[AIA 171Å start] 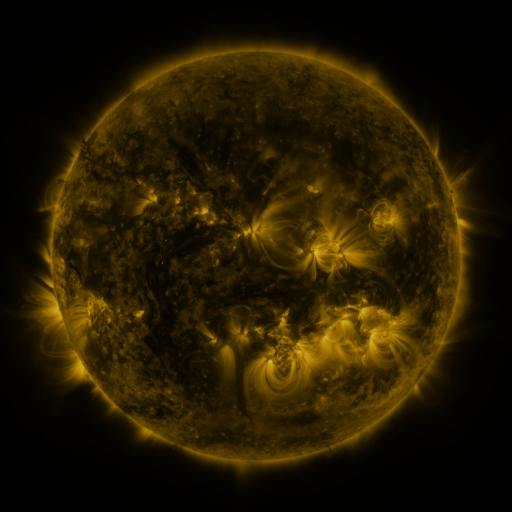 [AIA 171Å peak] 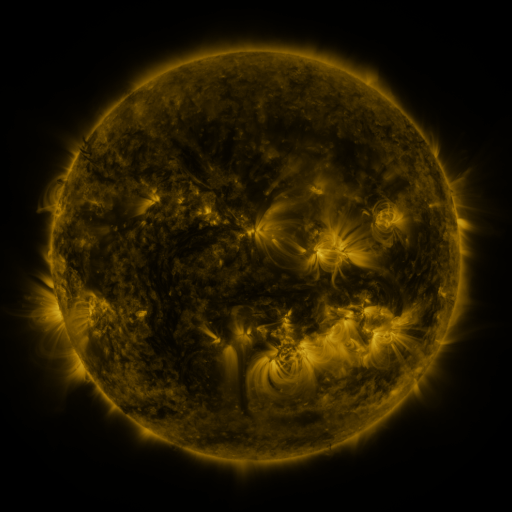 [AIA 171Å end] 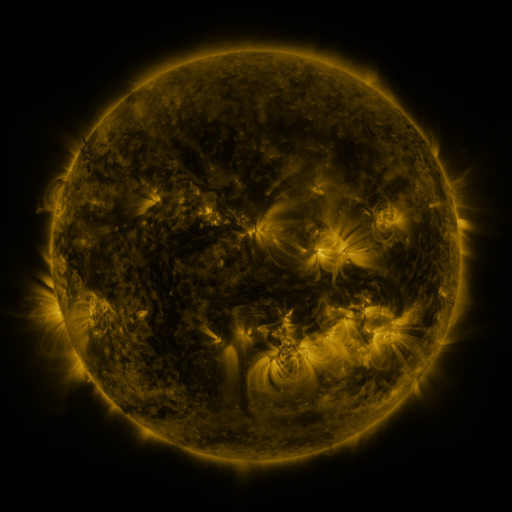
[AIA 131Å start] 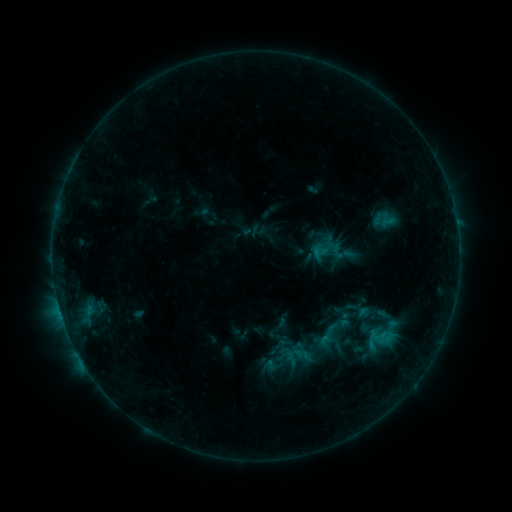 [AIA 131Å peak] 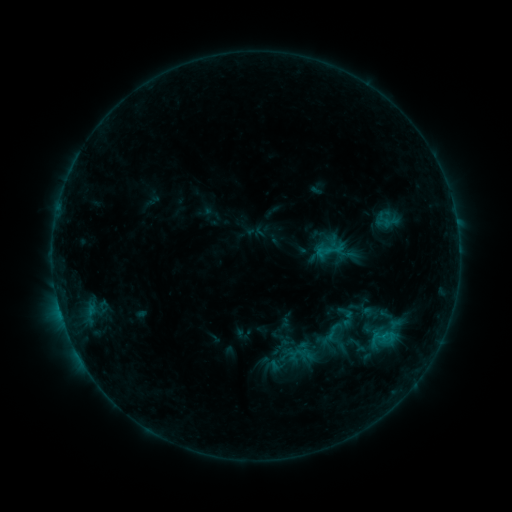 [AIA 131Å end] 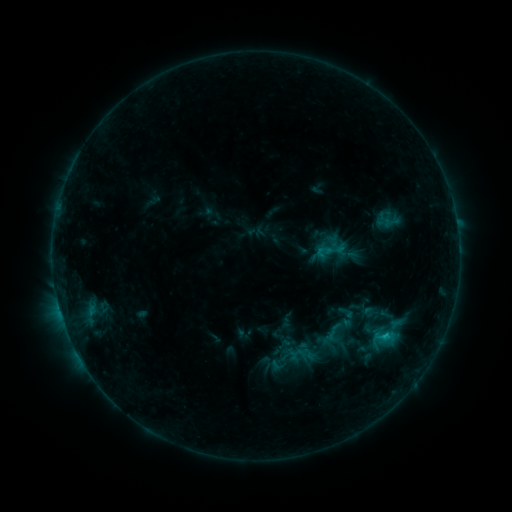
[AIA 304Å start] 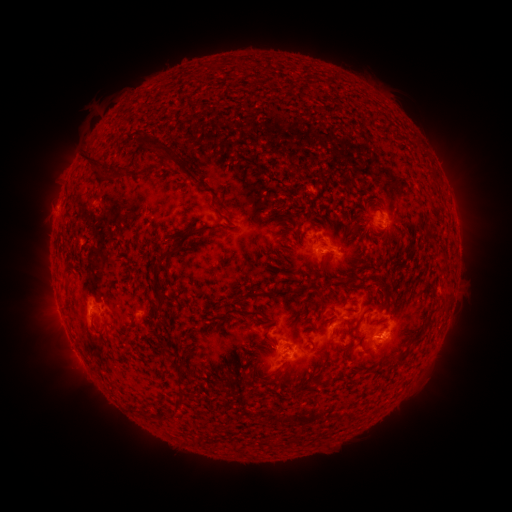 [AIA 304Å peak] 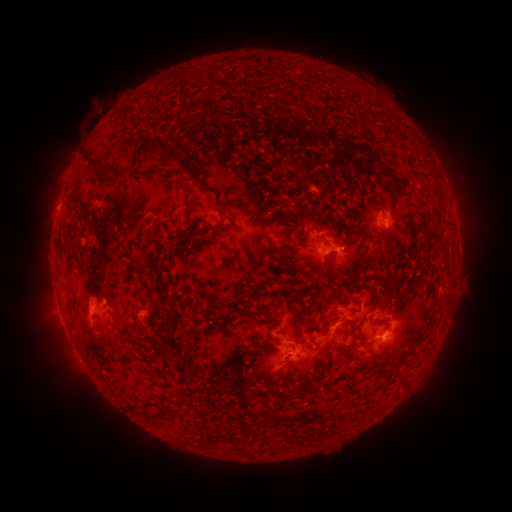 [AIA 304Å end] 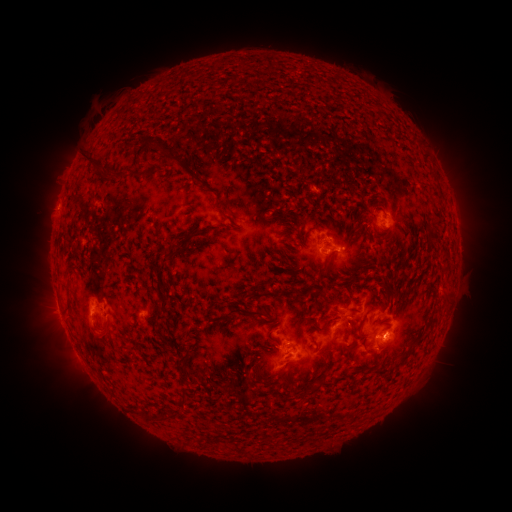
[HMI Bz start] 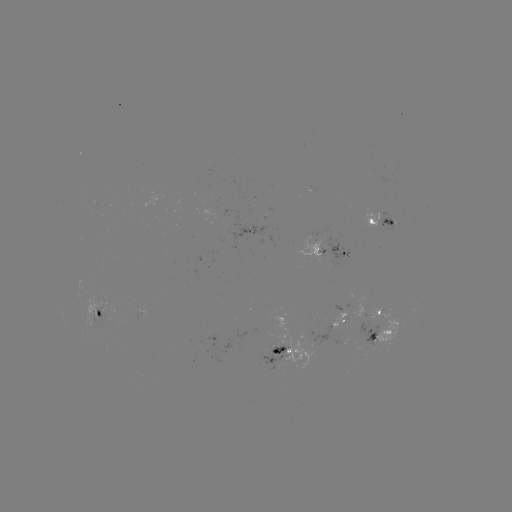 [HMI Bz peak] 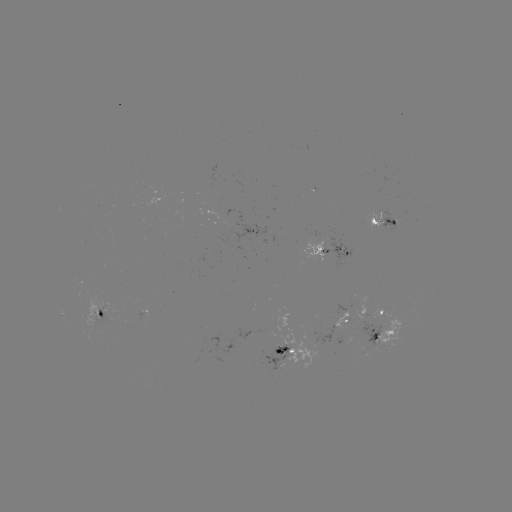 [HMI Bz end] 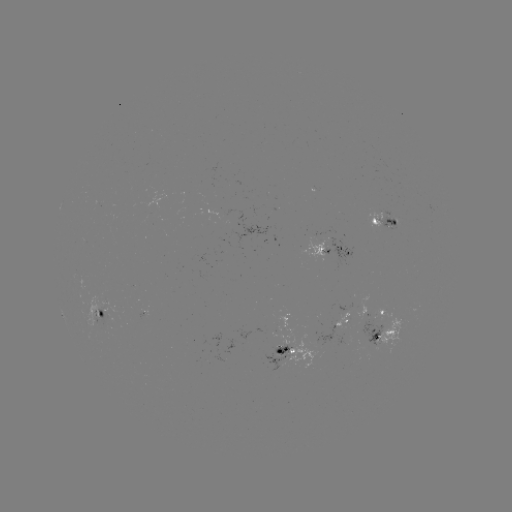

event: emerging-flux region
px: (375, 340)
